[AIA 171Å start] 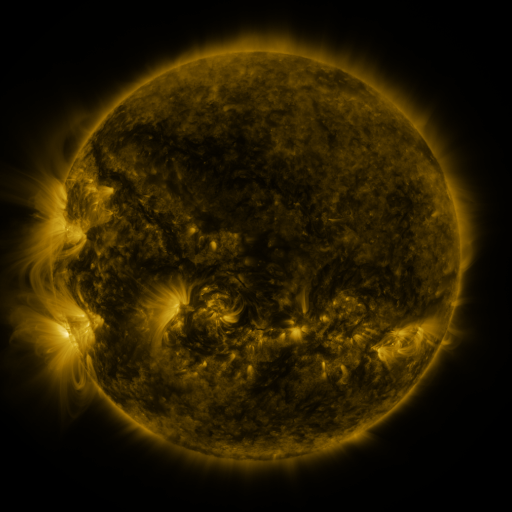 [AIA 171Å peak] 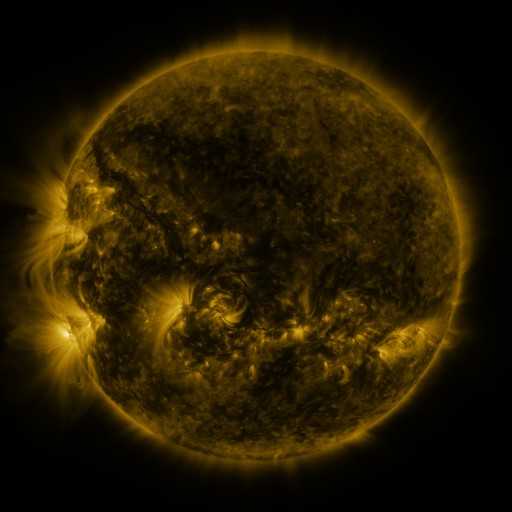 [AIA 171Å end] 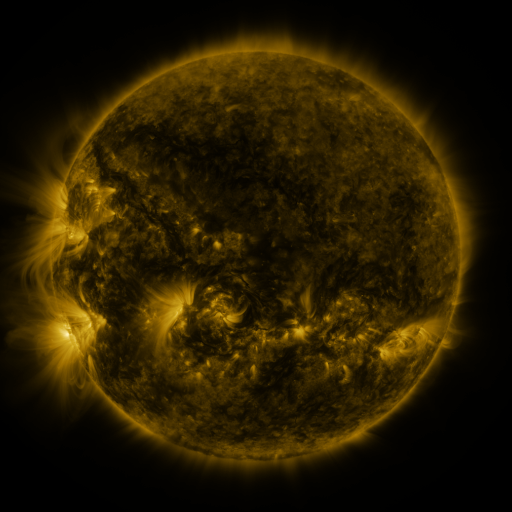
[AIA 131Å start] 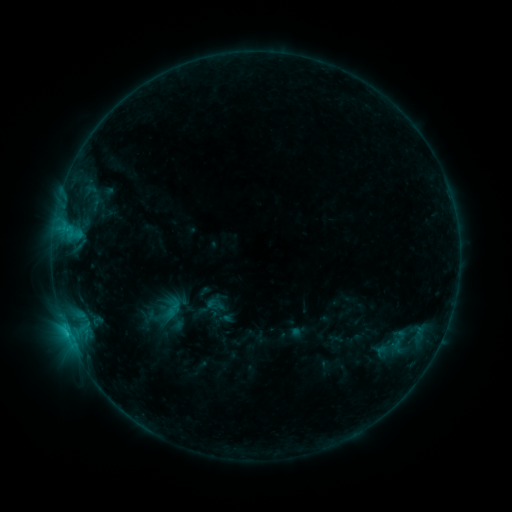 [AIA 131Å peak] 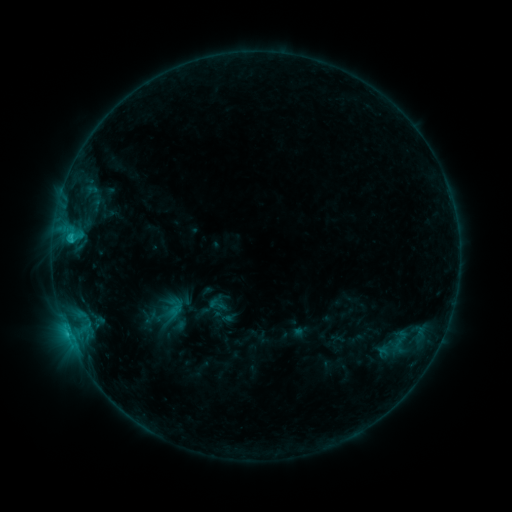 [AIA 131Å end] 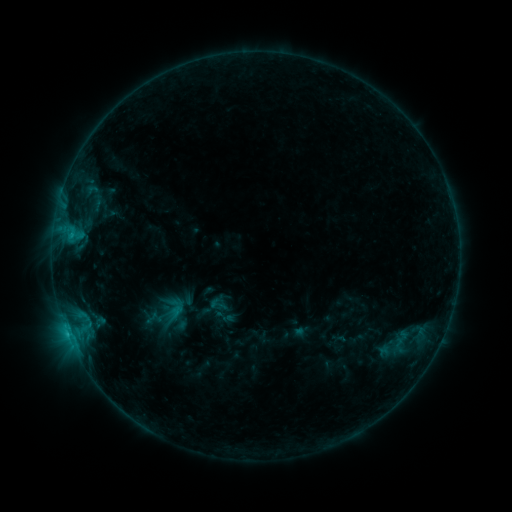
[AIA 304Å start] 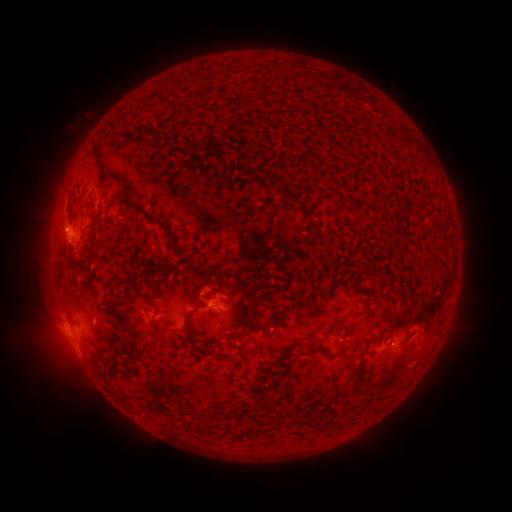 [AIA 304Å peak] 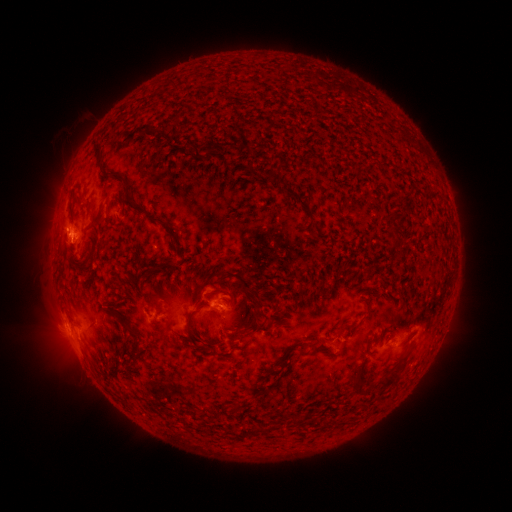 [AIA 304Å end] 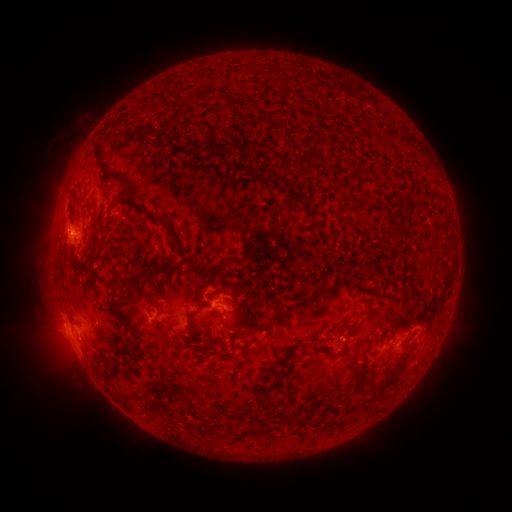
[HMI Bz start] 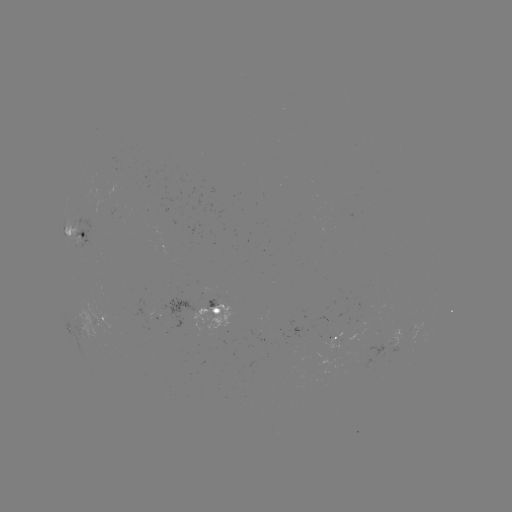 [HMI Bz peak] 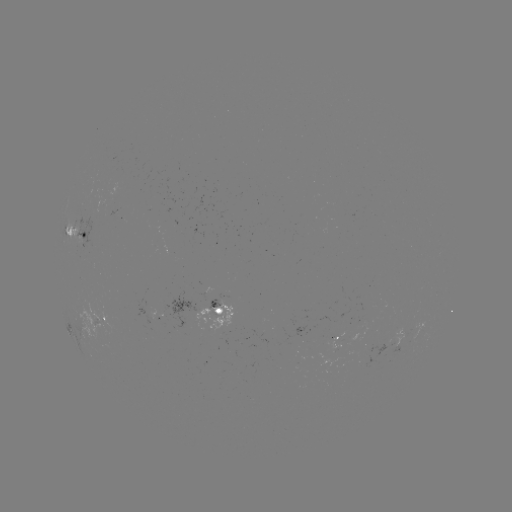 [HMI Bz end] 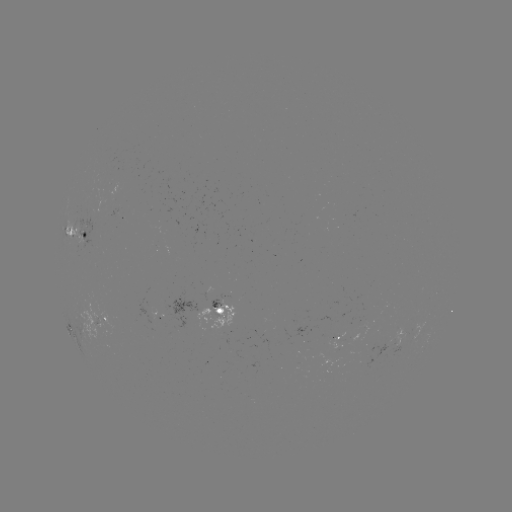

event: emerging-flux region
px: (366, 351)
